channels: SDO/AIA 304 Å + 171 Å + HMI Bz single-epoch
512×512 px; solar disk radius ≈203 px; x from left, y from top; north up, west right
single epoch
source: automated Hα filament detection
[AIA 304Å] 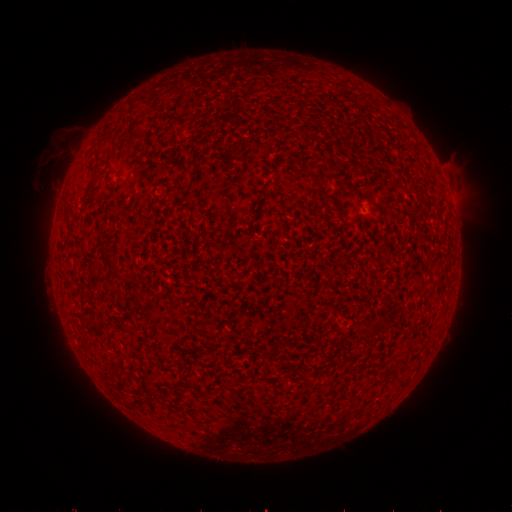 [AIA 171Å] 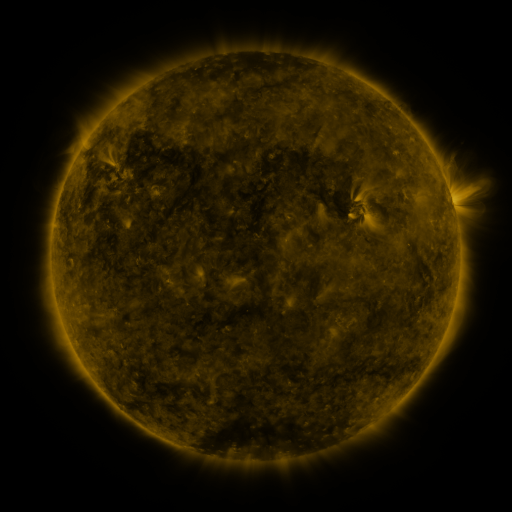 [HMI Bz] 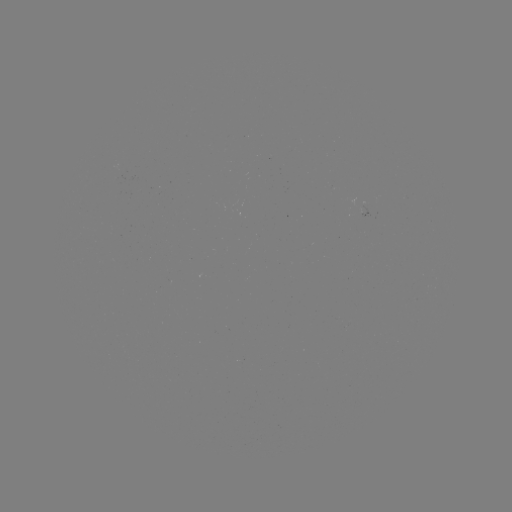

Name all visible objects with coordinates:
filament: <bbox>311, 179, 322, 189</bbox>
filament: <bbox>253, 197, 263, 223</bbox>
filament: <bbox>324, 197, 334, 207</bbox>
filament: <bbox>102, 245, 118, 258</bbox>
filament: <bbox>113, 270, 124, 279</bbox>
